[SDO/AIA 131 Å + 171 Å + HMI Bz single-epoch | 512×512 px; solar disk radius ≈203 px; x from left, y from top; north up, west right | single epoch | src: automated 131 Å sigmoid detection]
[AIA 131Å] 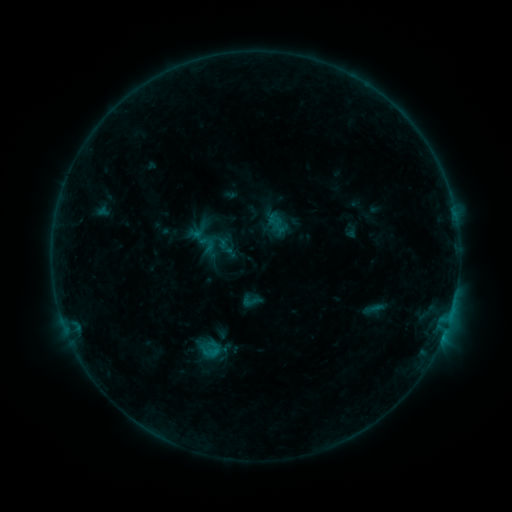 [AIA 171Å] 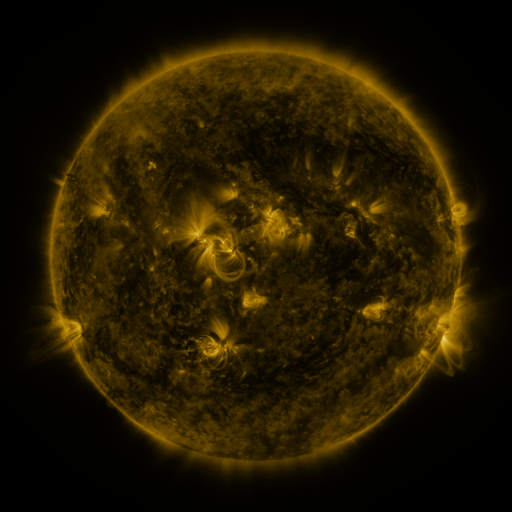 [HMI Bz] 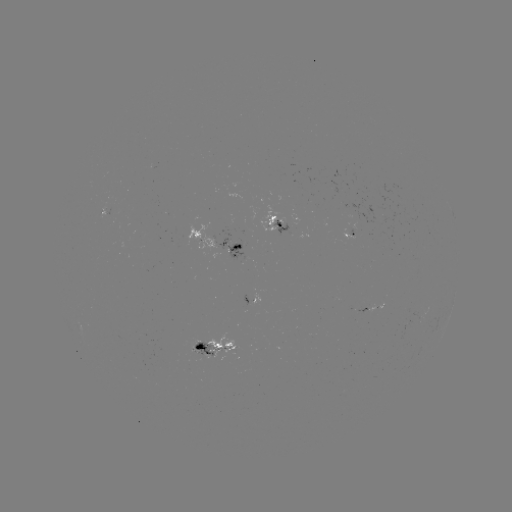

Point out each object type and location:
sigmoid: (251, 301)
sigmoid: (210, 349)
